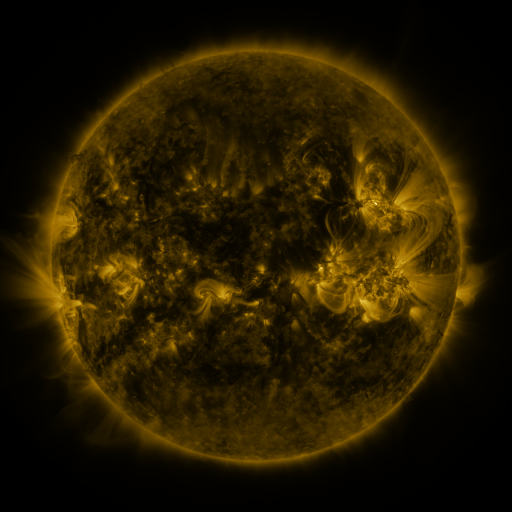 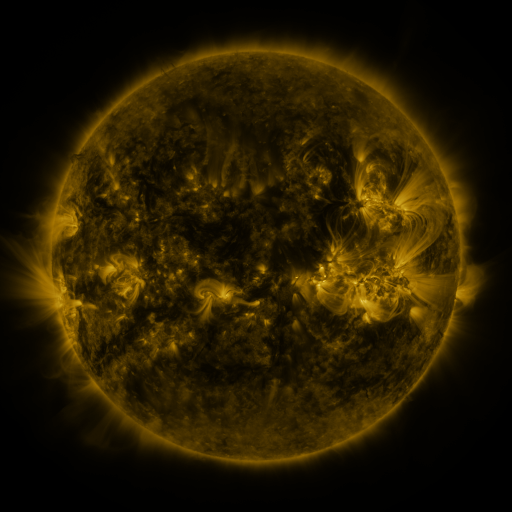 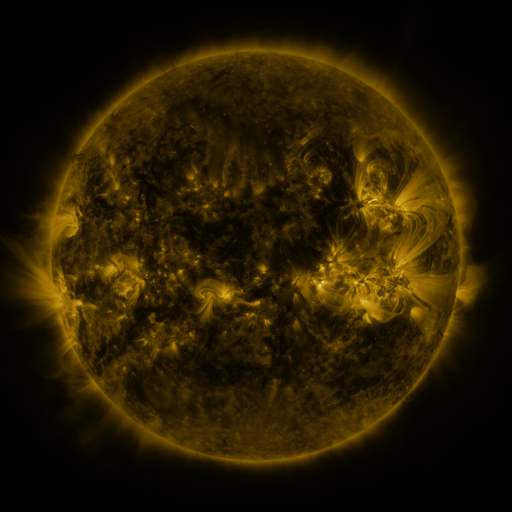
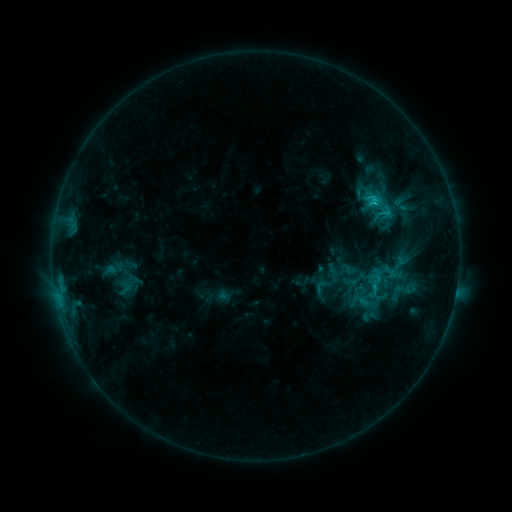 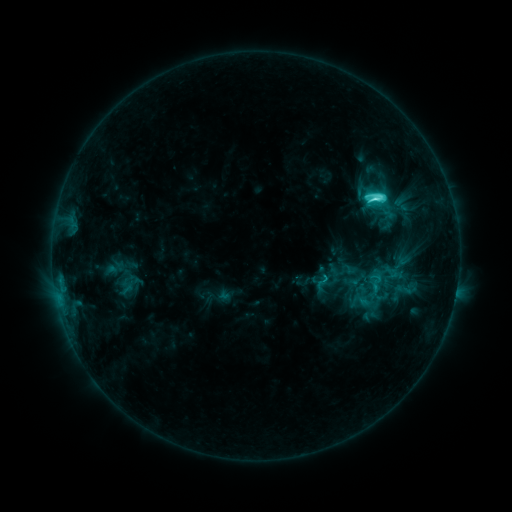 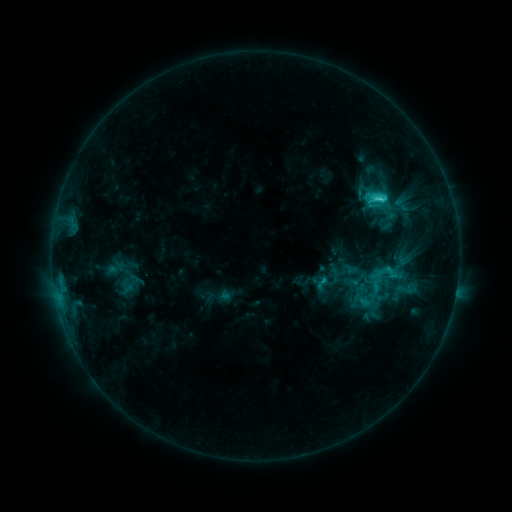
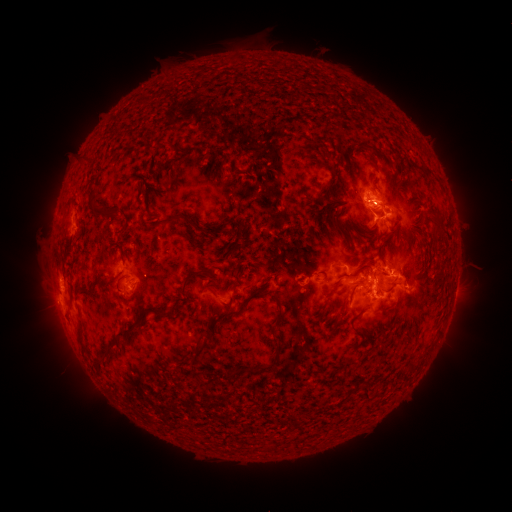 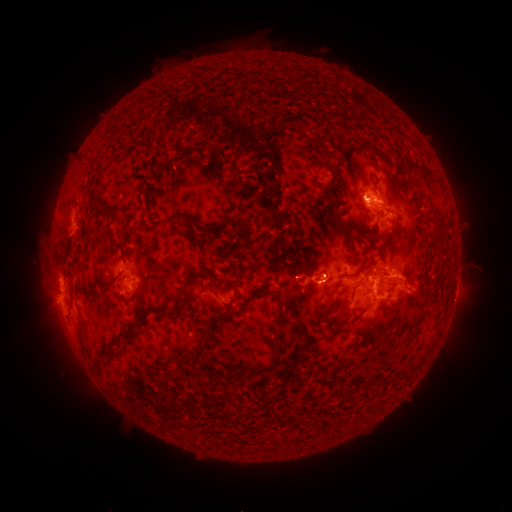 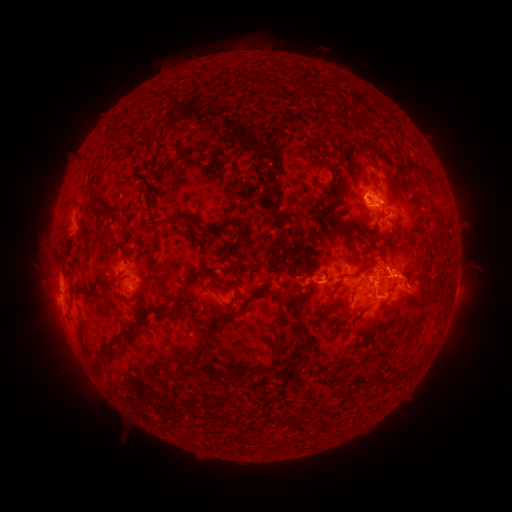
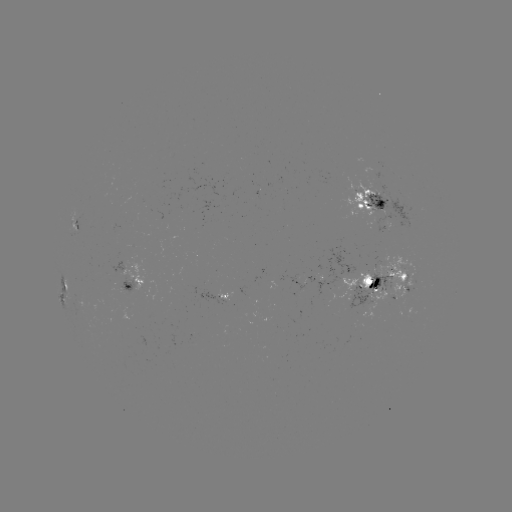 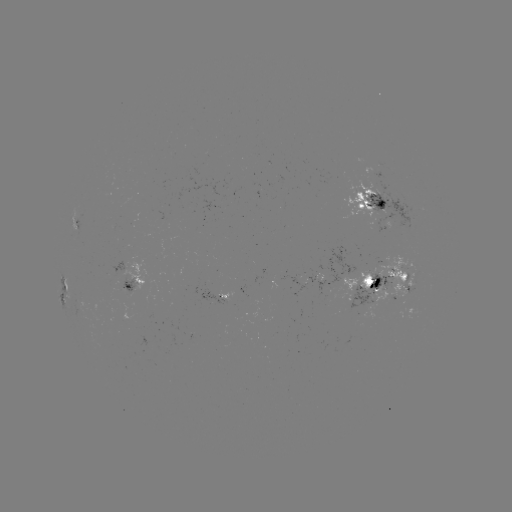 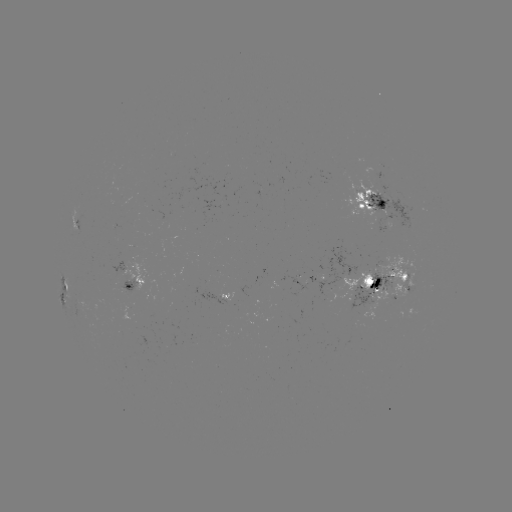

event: flare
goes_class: C7.0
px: (373, 199)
